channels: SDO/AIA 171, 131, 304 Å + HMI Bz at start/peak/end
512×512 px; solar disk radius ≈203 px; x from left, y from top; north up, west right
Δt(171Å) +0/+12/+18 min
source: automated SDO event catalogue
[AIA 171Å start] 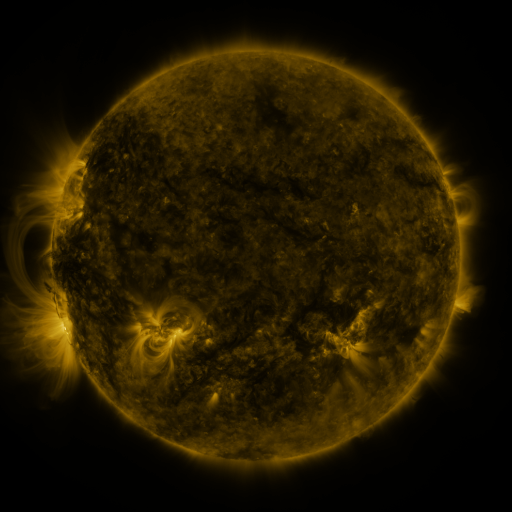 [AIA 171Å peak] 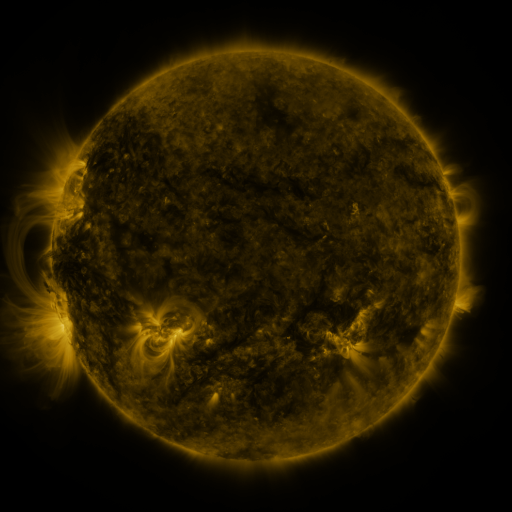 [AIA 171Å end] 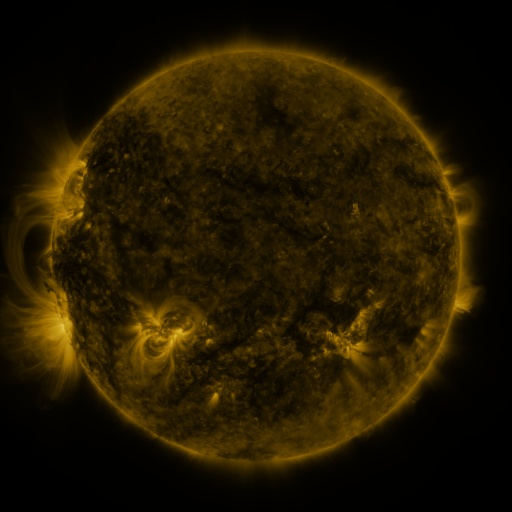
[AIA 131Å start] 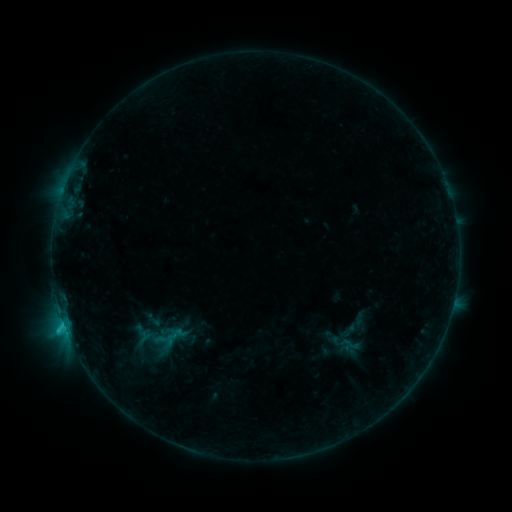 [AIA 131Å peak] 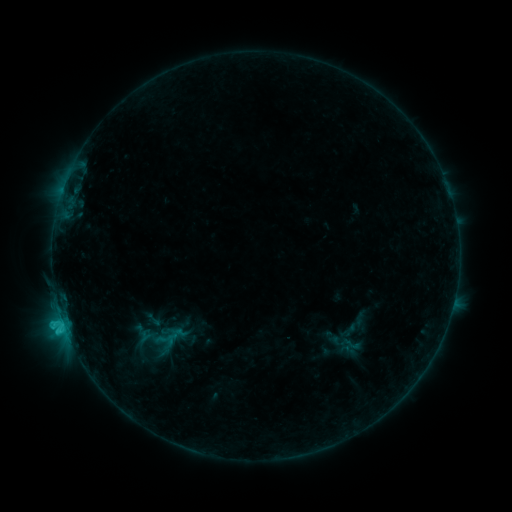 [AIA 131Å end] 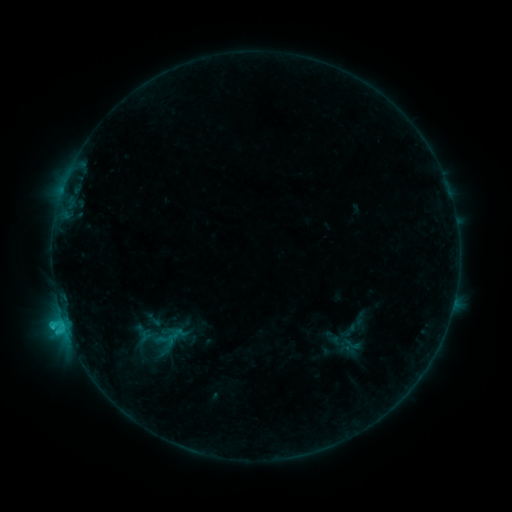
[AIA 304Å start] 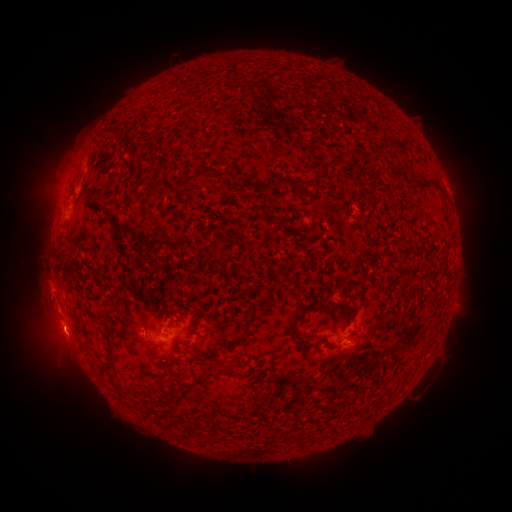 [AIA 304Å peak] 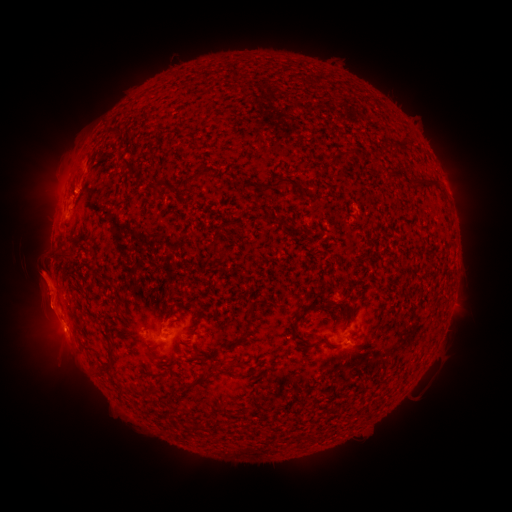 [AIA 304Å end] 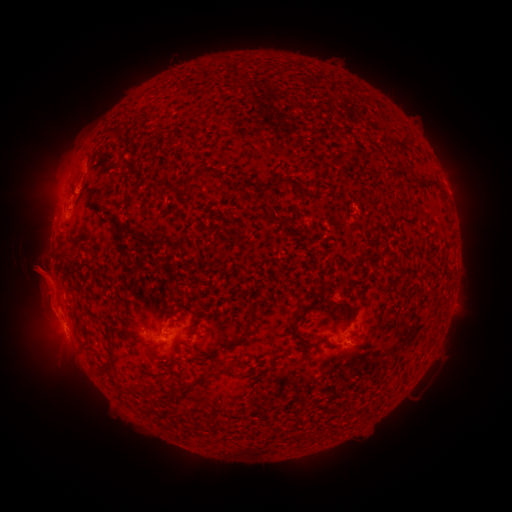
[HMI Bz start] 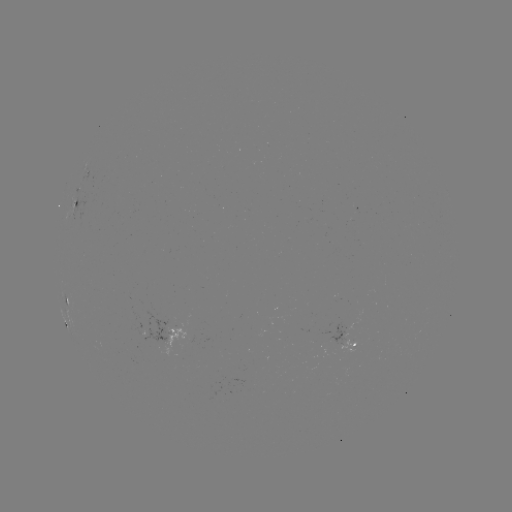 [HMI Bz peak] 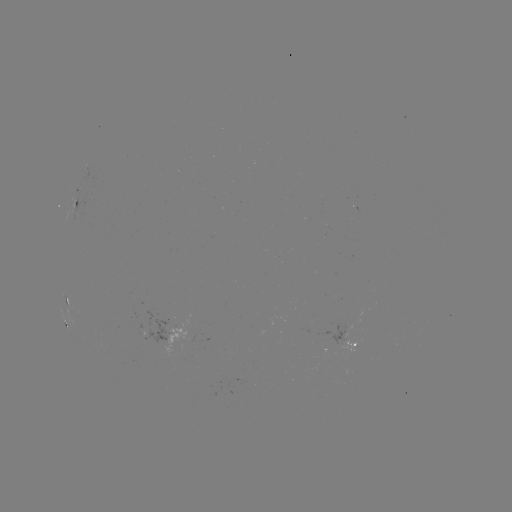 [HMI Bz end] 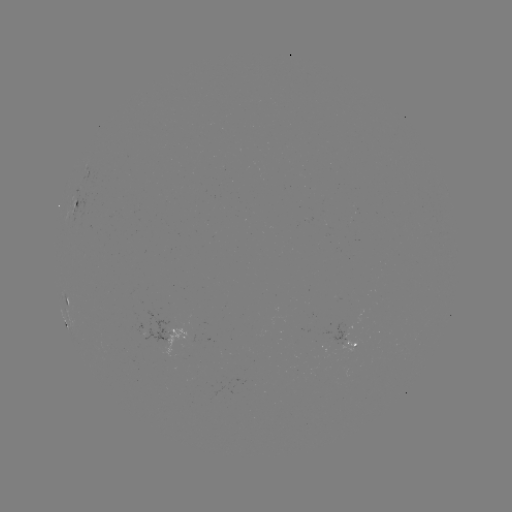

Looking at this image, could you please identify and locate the C1.4 flare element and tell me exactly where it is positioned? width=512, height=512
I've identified C1.4 flare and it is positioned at [63, 319].